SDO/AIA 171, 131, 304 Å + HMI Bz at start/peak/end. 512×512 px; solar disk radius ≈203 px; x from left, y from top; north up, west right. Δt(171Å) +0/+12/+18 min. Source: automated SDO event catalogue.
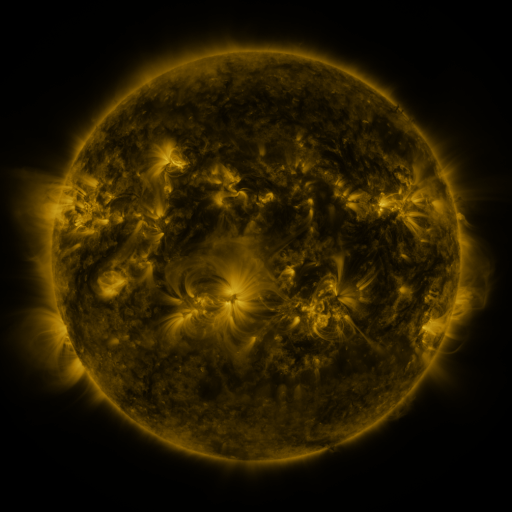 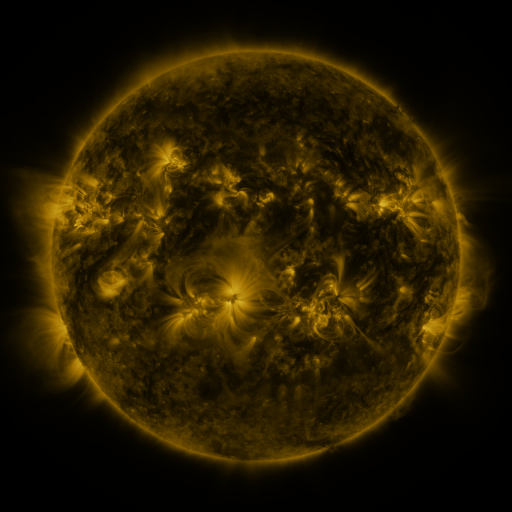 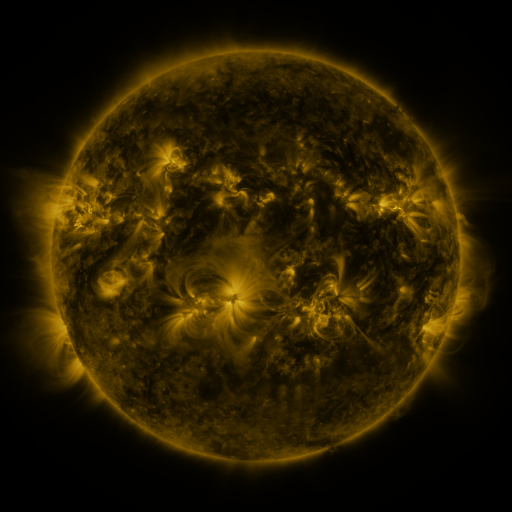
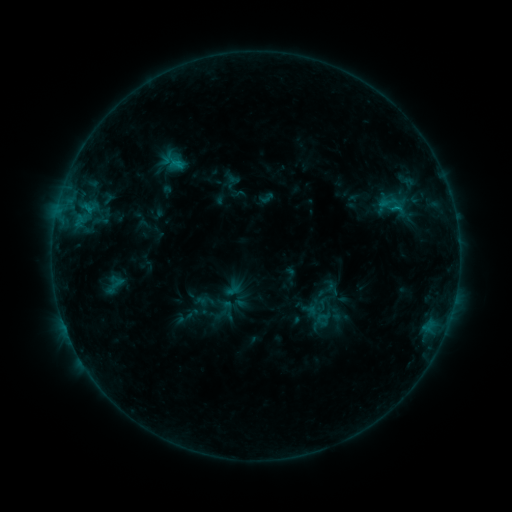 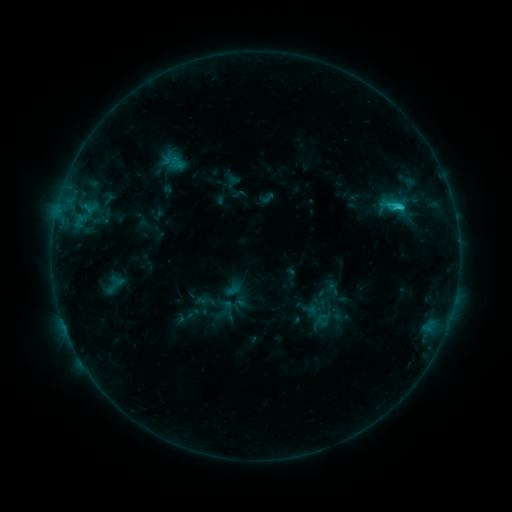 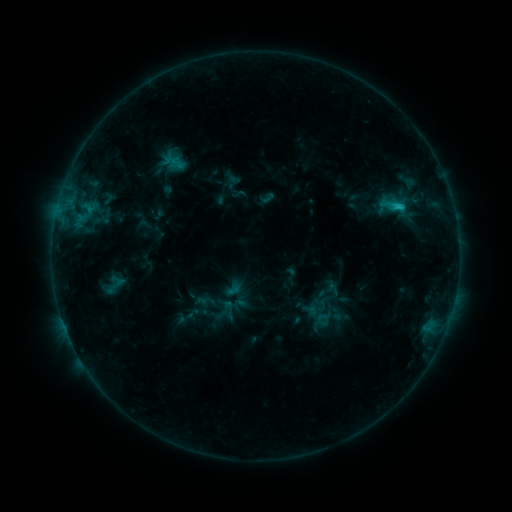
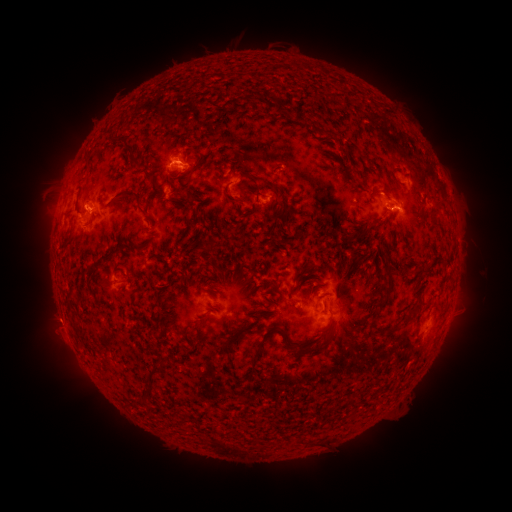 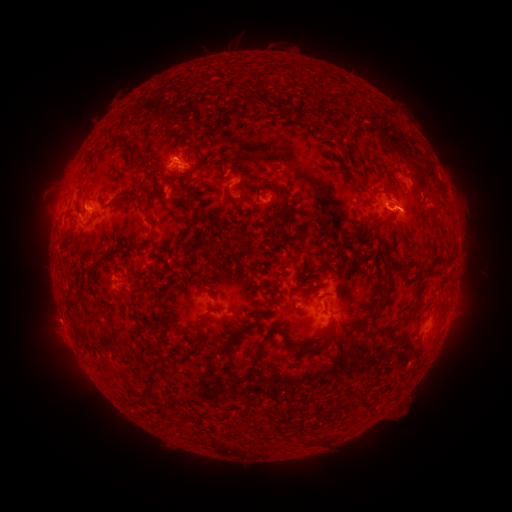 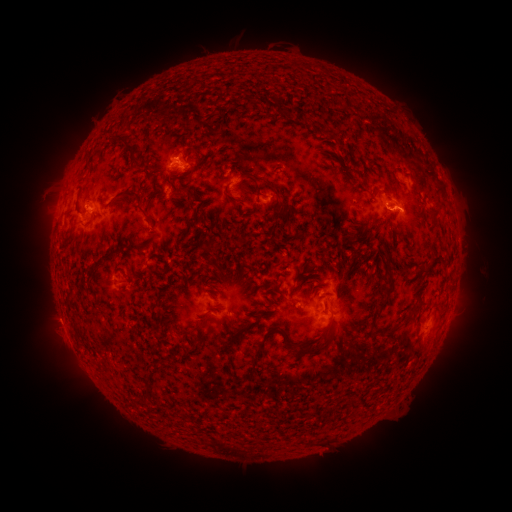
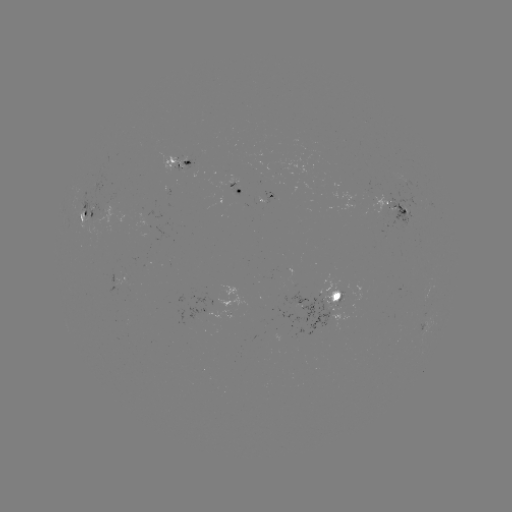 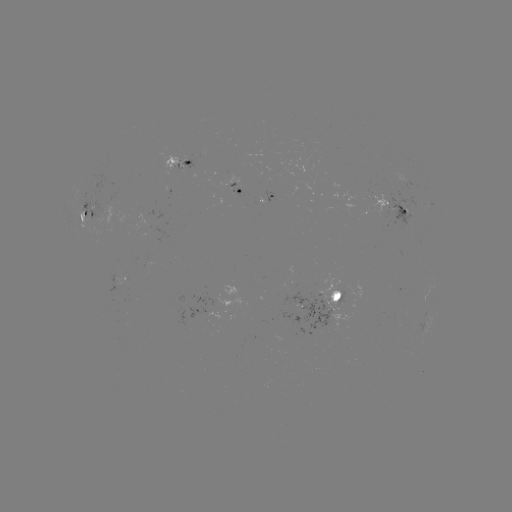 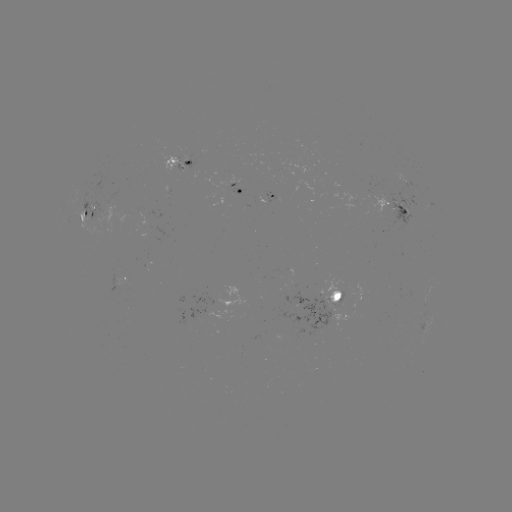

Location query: C1.6 flare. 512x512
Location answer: (398, 209).